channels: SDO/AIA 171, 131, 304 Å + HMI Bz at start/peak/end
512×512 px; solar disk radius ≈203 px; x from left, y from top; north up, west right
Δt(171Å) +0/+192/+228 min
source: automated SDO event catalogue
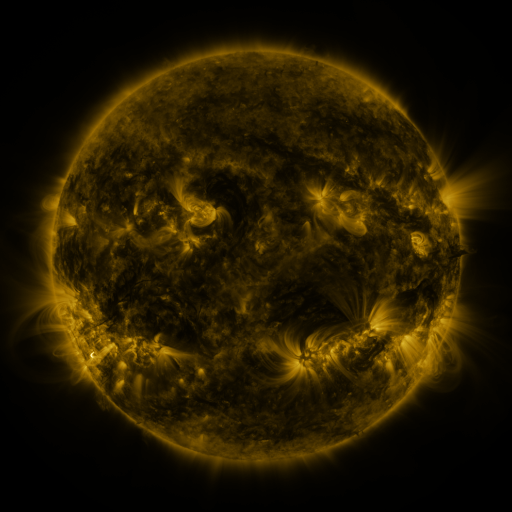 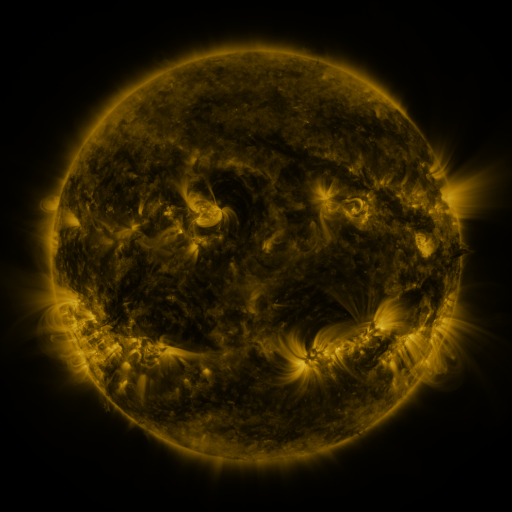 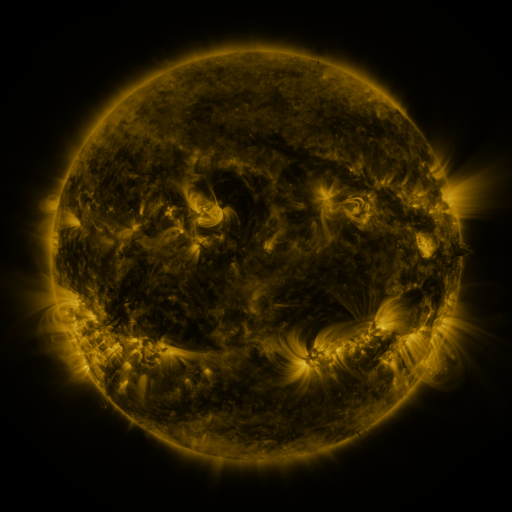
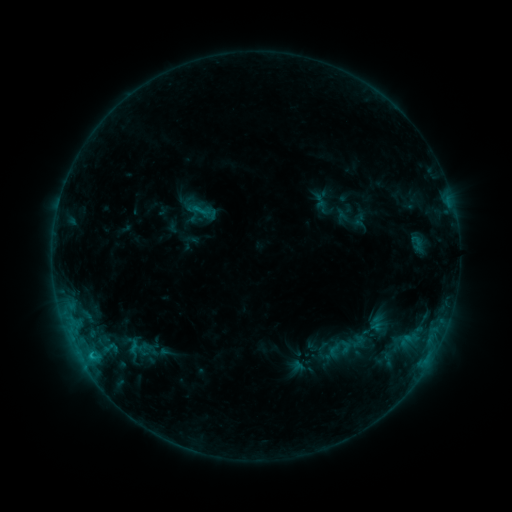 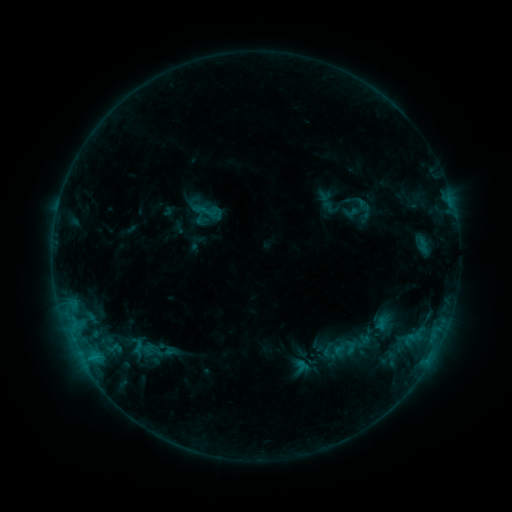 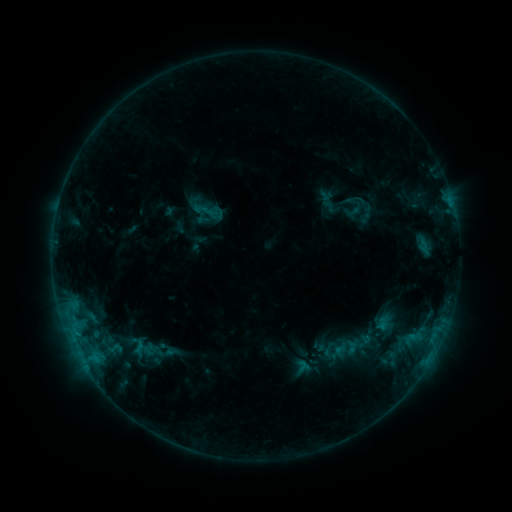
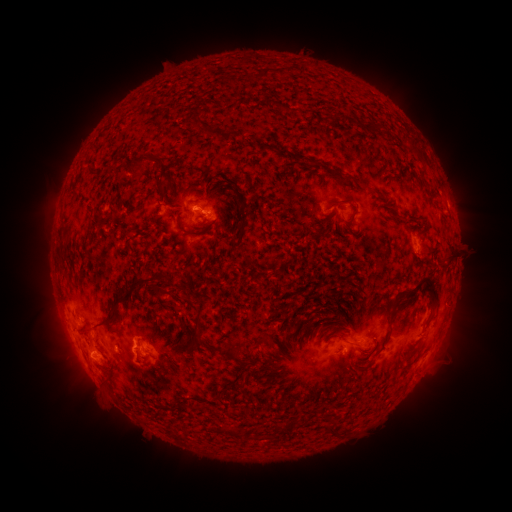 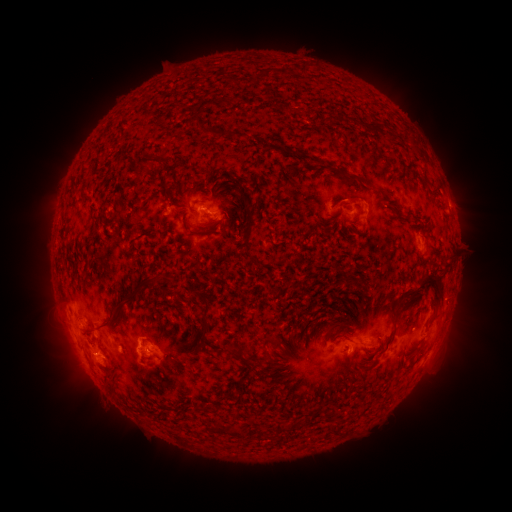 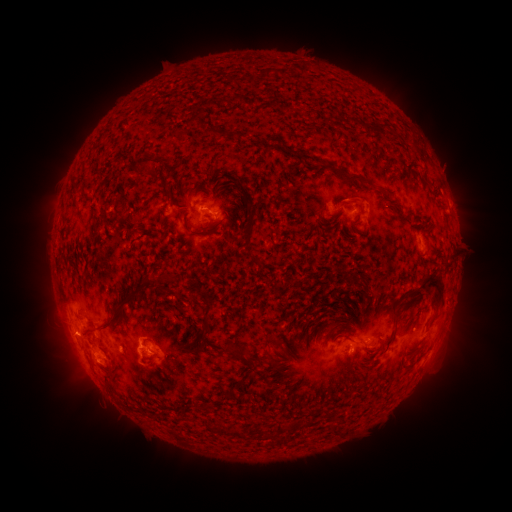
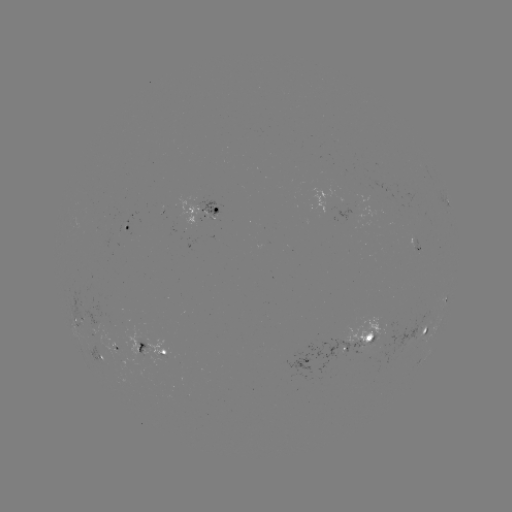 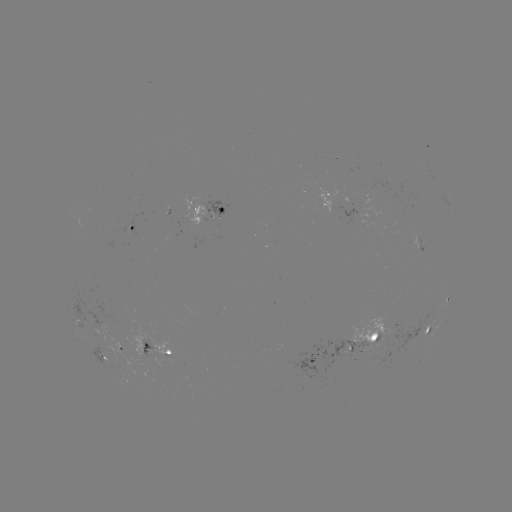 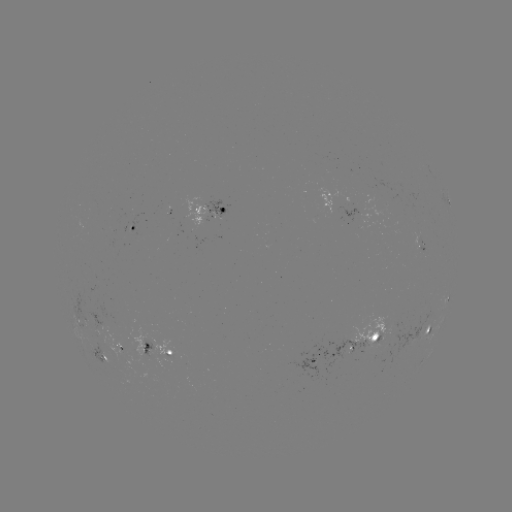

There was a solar emerging-flux region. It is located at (367, 342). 